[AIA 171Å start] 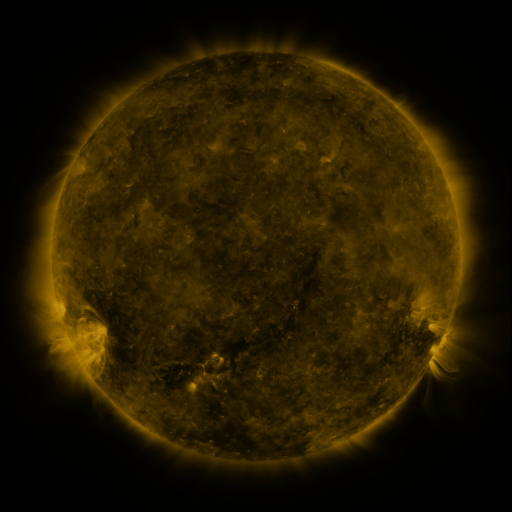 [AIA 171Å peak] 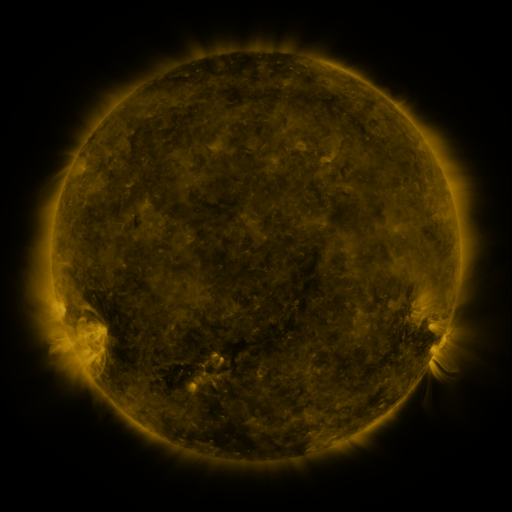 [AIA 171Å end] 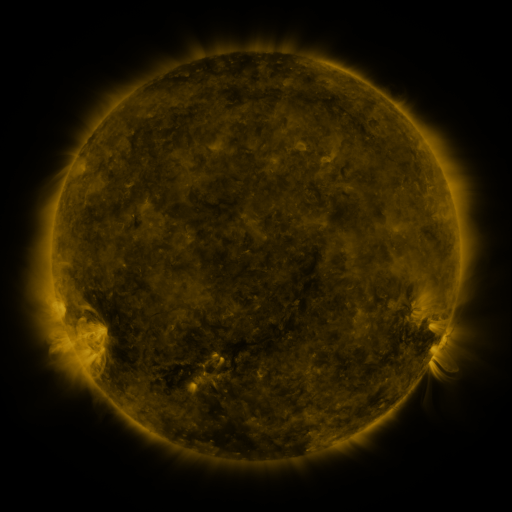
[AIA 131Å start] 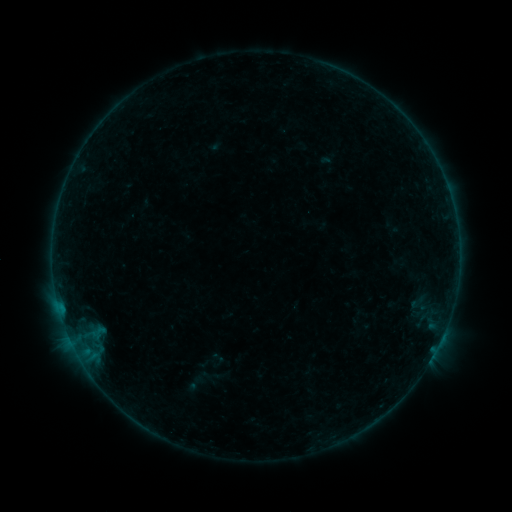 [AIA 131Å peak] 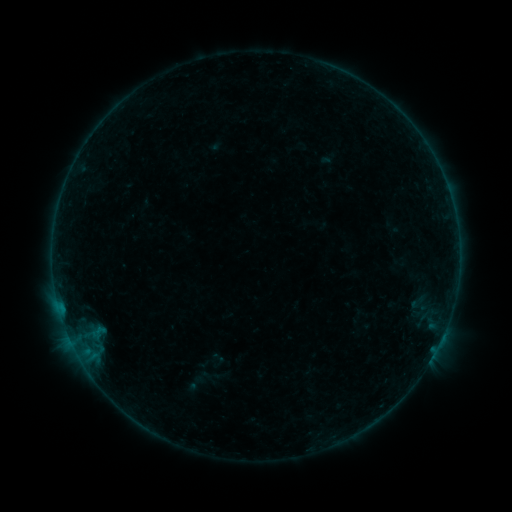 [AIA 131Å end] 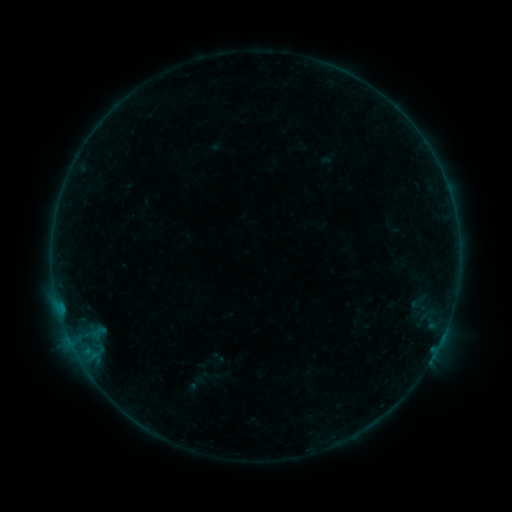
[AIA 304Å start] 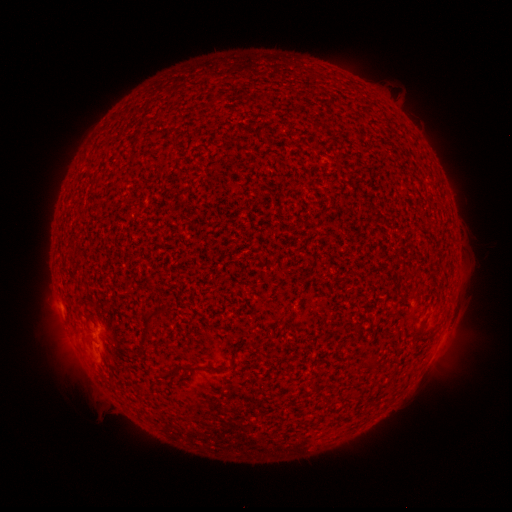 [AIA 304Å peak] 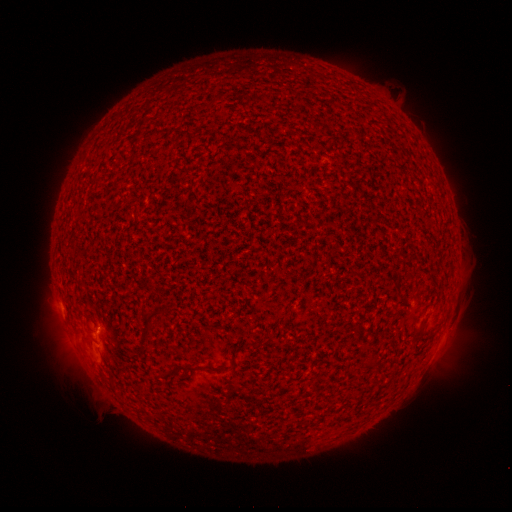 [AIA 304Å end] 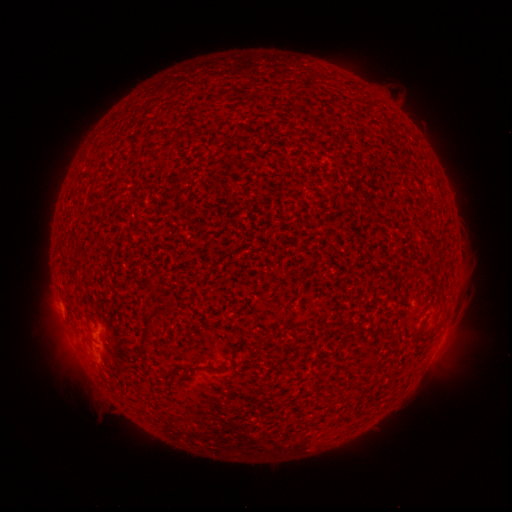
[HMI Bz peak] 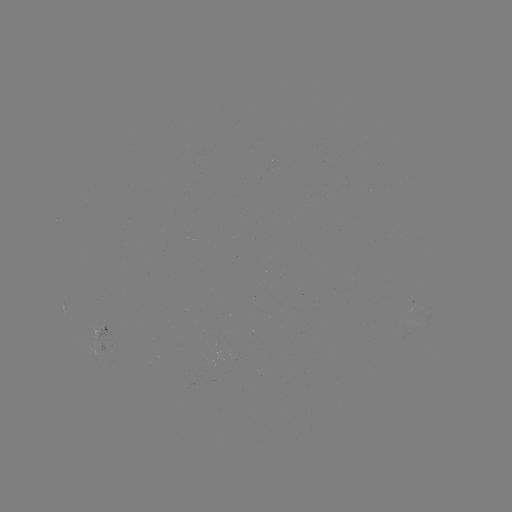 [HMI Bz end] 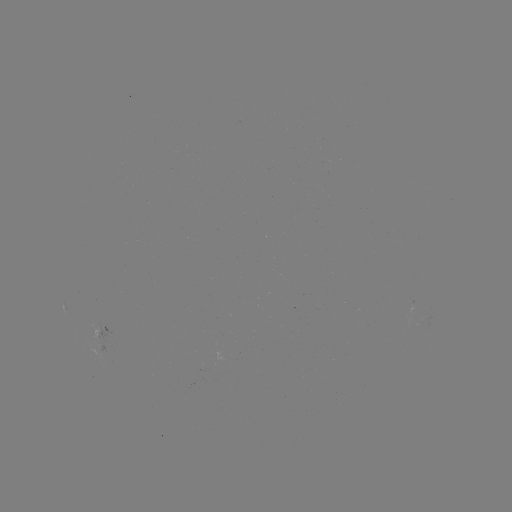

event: flare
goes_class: A7.6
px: (93, 334)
